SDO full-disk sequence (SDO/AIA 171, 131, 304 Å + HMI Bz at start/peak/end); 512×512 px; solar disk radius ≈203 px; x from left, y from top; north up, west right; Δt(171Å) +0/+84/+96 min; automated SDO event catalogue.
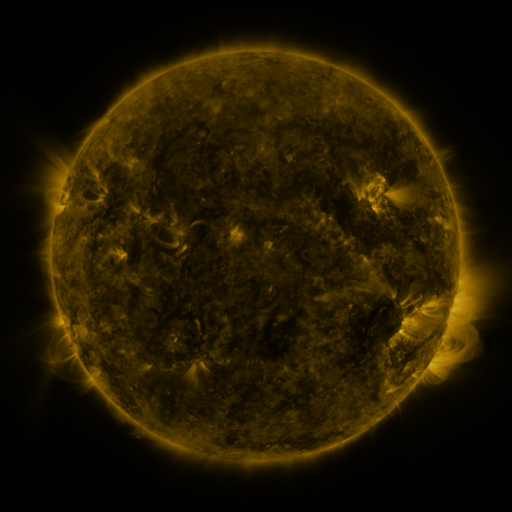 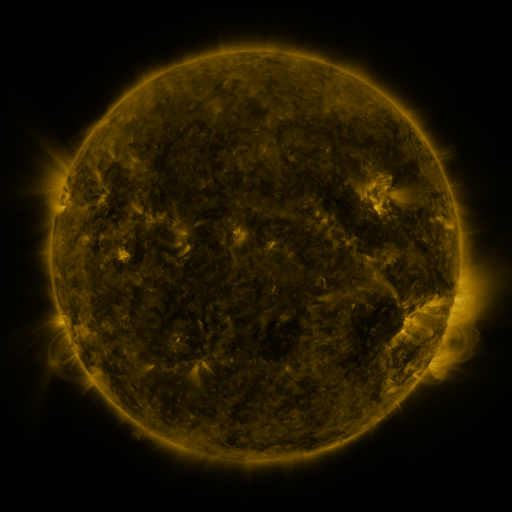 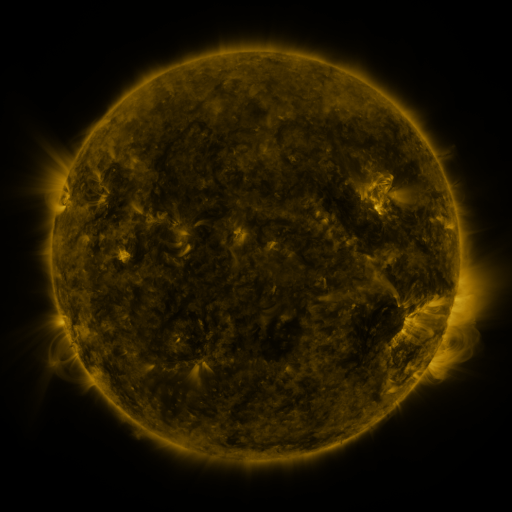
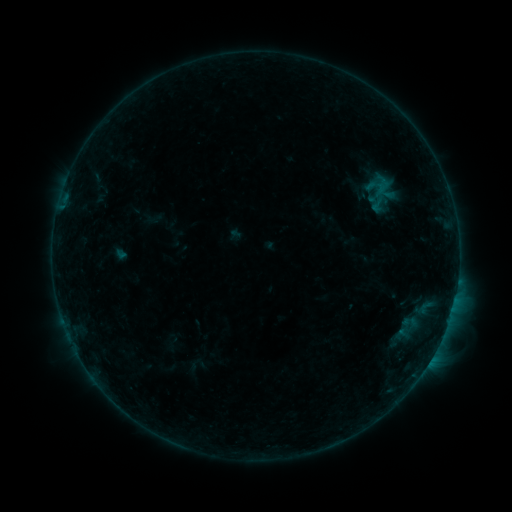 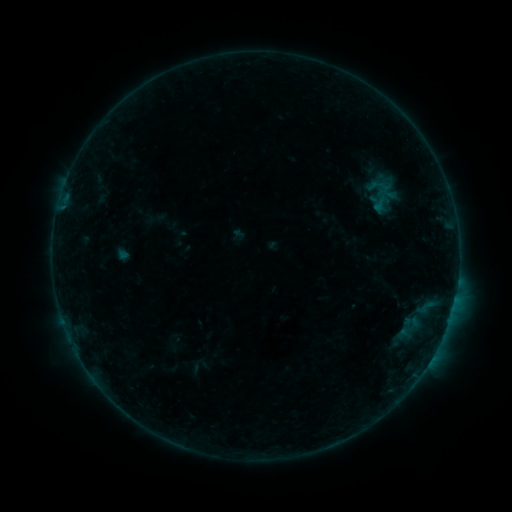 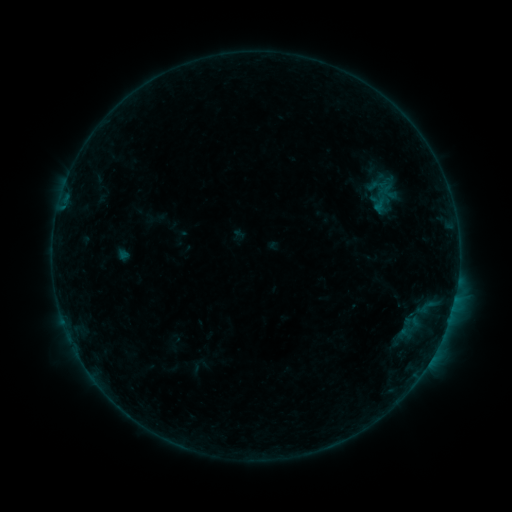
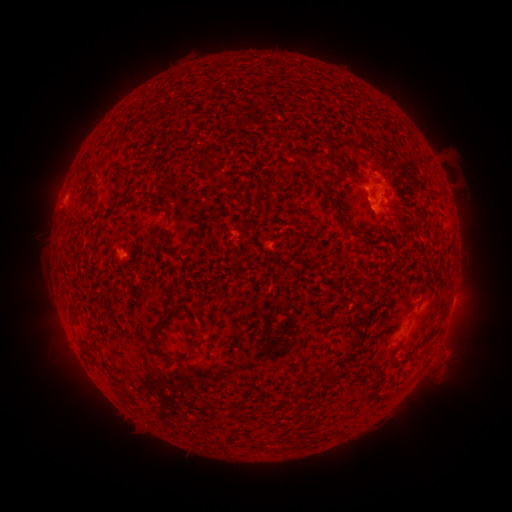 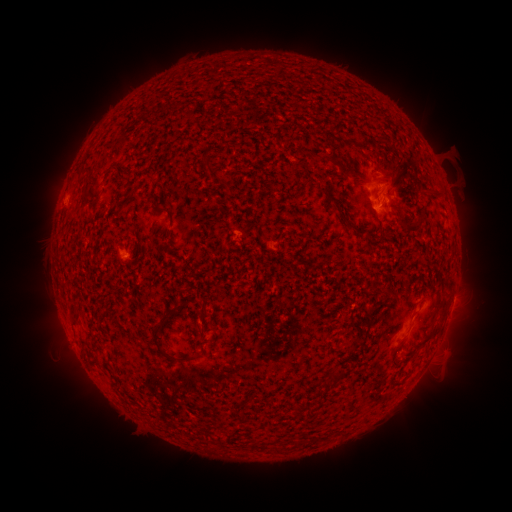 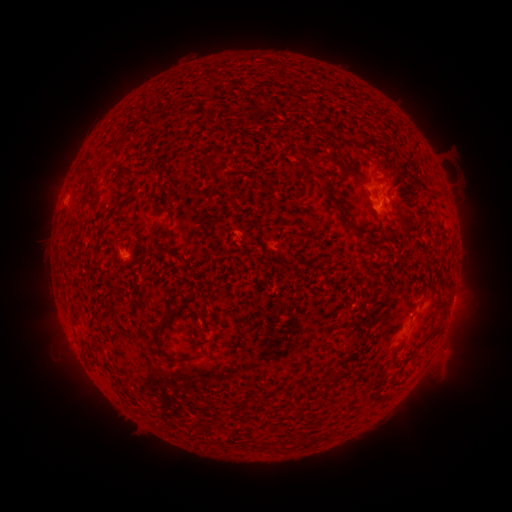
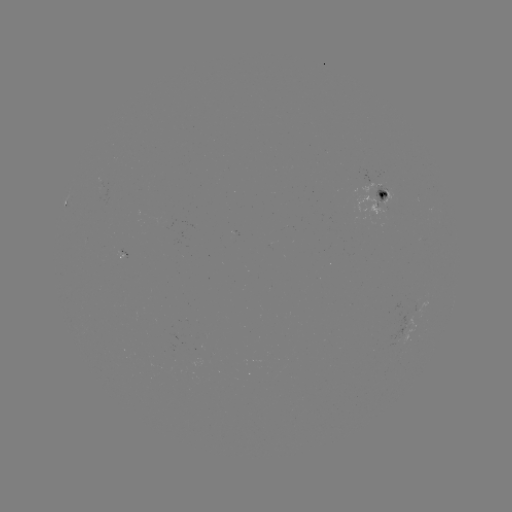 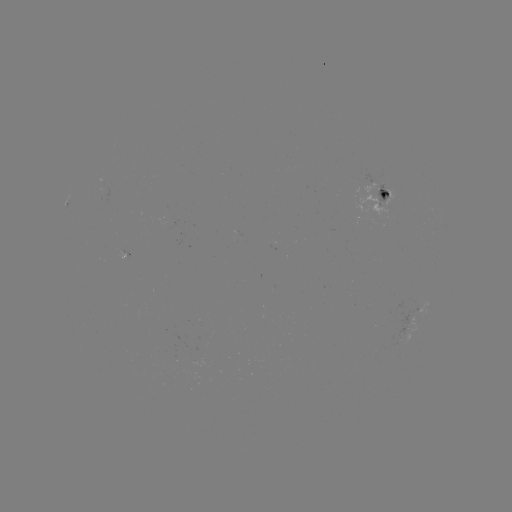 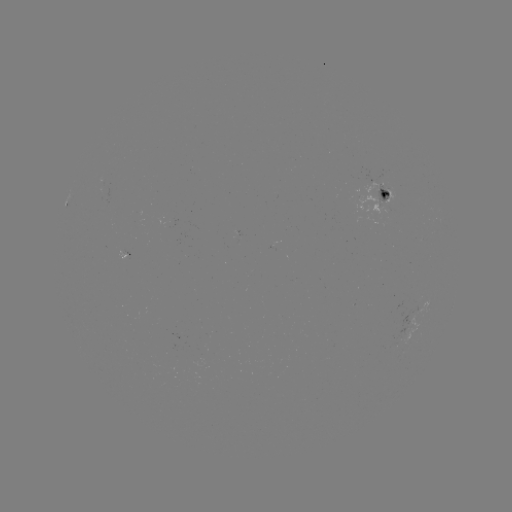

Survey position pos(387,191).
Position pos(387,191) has emerging-flux region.